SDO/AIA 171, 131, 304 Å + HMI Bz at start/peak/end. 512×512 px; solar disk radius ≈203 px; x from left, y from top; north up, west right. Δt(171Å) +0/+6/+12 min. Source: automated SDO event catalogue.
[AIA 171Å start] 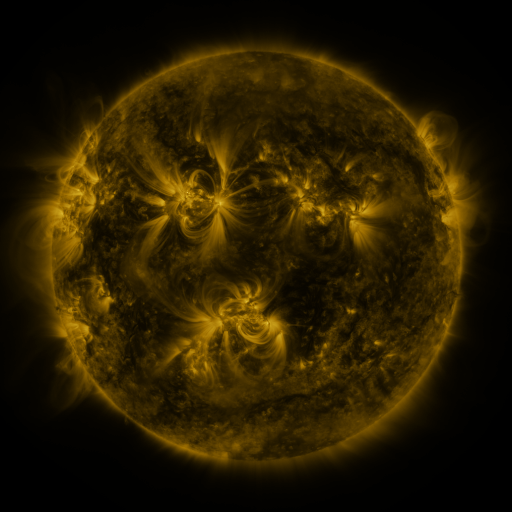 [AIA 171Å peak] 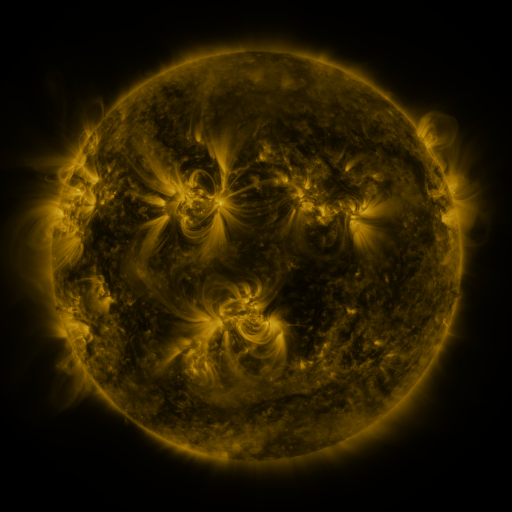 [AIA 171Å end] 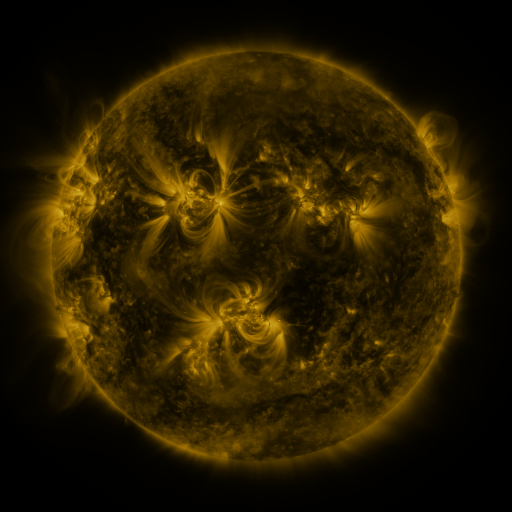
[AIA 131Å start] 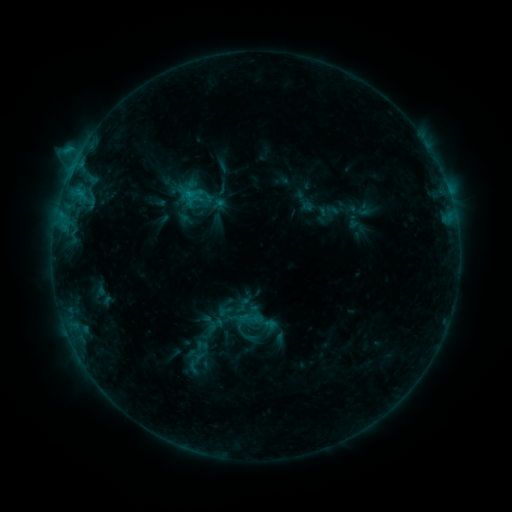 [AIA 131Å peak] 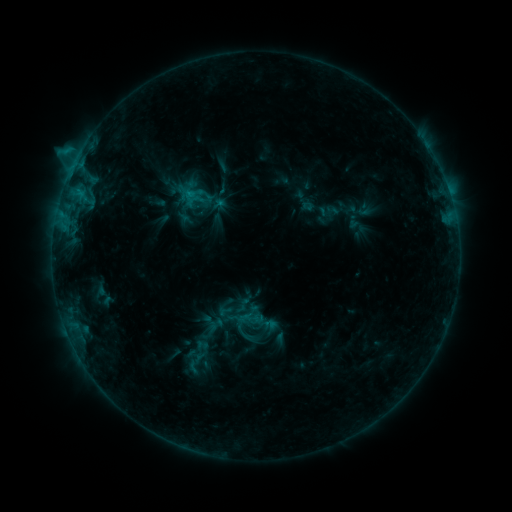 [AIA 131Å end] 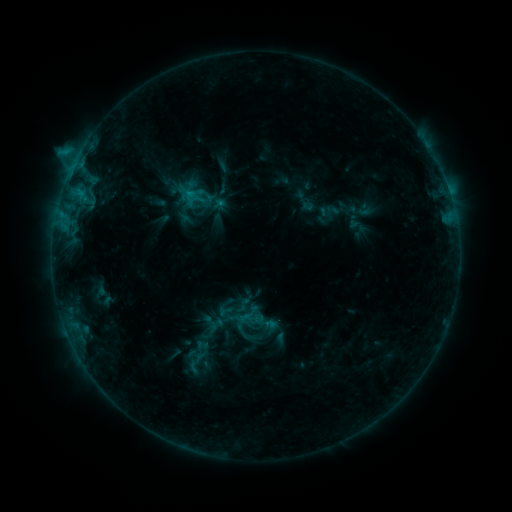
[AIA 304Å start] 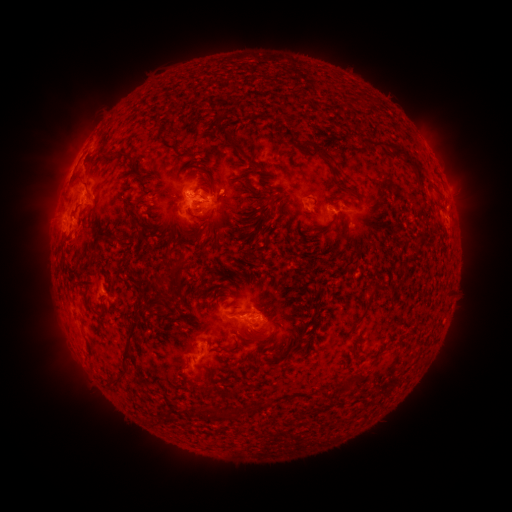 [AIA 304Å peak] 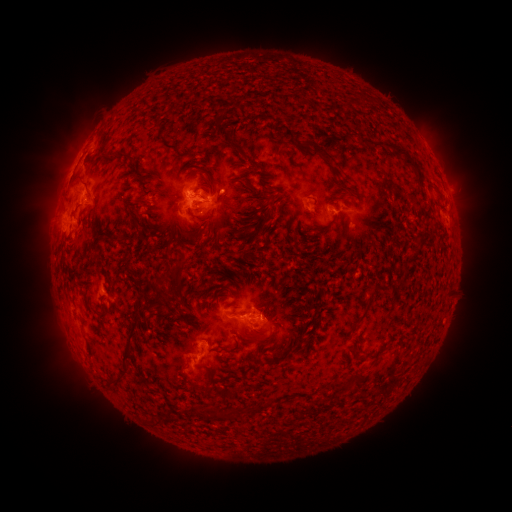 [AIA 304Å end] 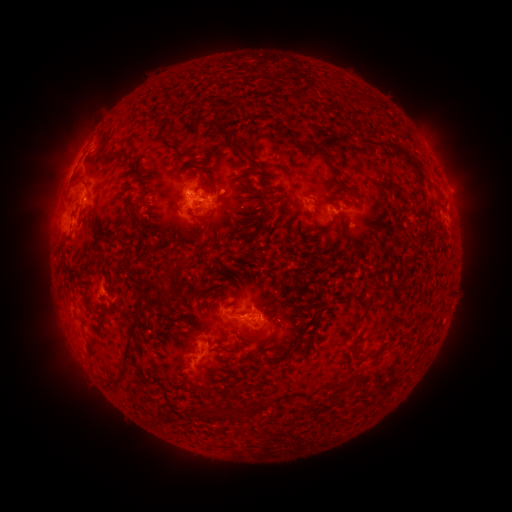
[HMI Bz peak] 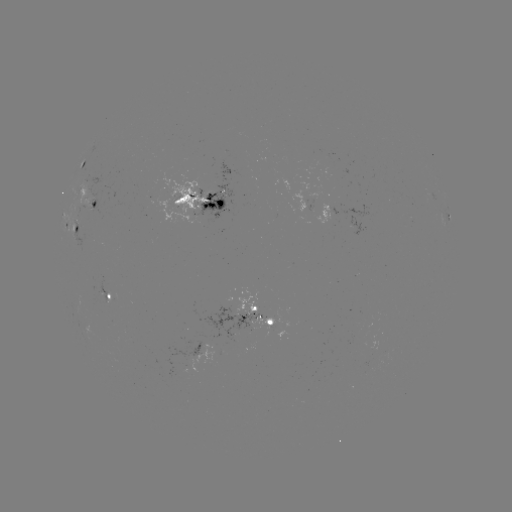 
no classed flare was catalogued and no EUV brightening was flagged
